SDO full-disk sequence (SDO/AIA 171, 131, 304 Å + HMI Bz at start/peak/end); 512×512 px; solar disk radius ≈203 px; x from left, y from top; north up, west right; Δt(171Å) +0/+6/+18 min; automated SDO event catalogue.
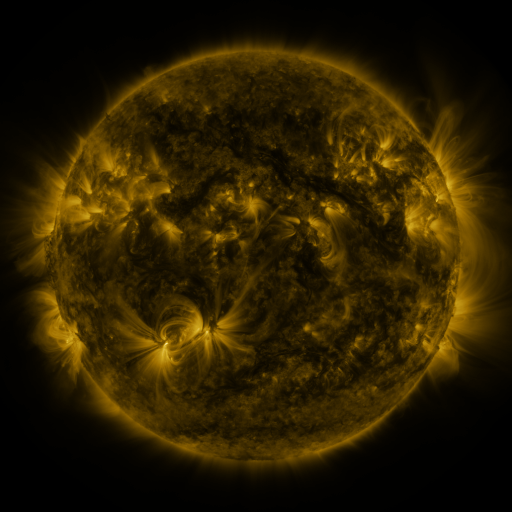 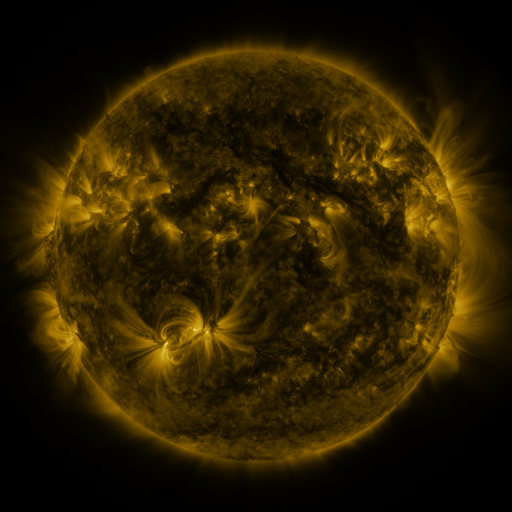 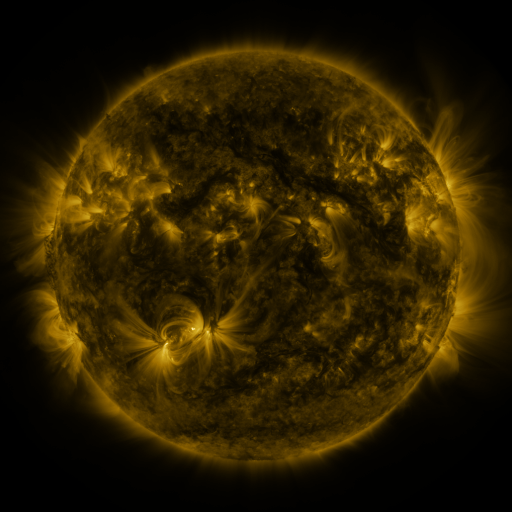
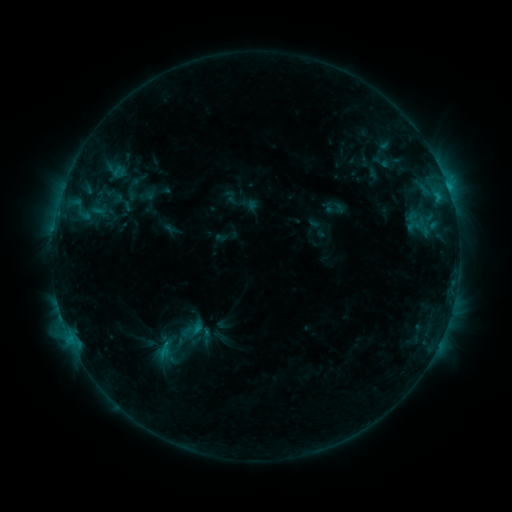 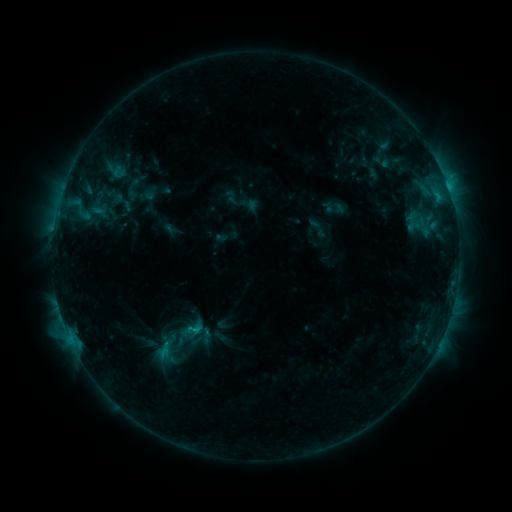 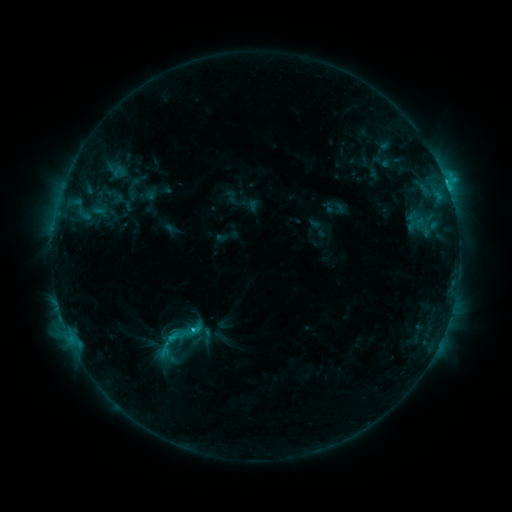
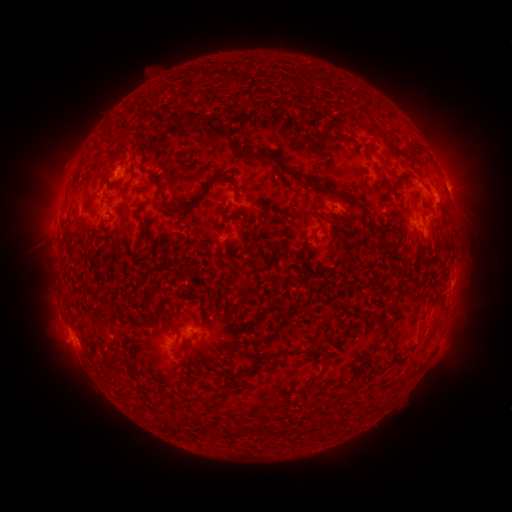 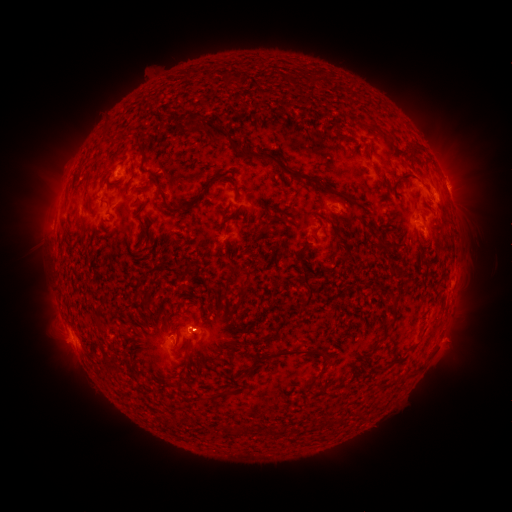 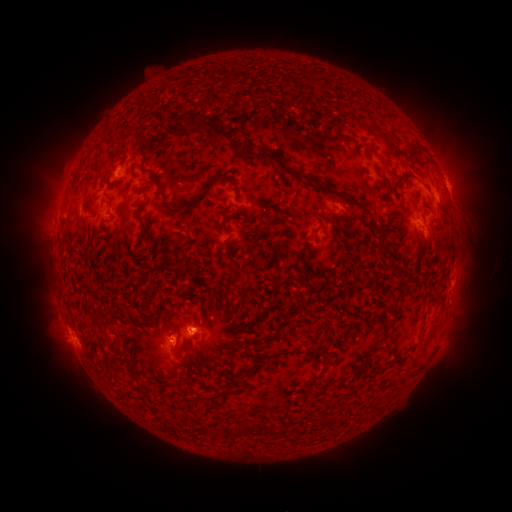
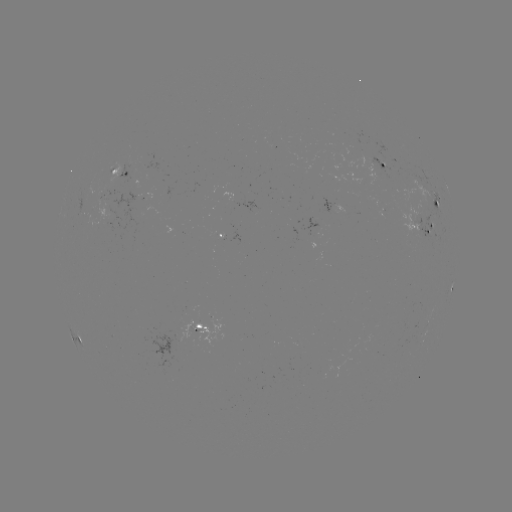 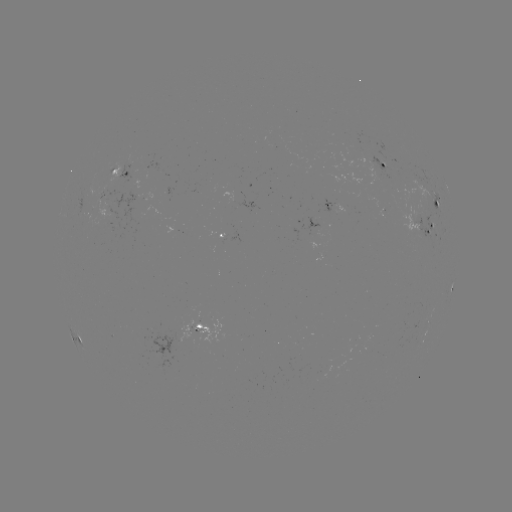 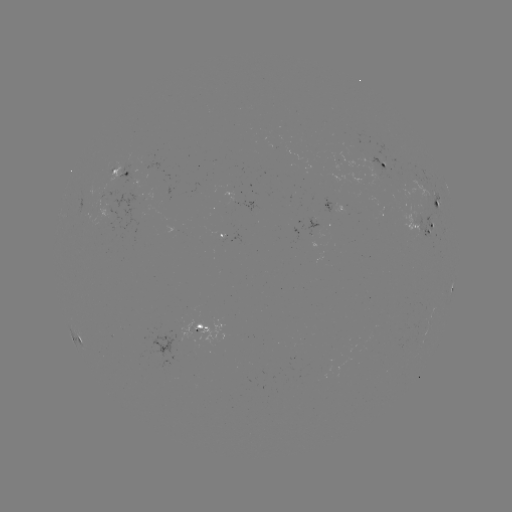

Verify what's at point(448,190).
C2.8 flare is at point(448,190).